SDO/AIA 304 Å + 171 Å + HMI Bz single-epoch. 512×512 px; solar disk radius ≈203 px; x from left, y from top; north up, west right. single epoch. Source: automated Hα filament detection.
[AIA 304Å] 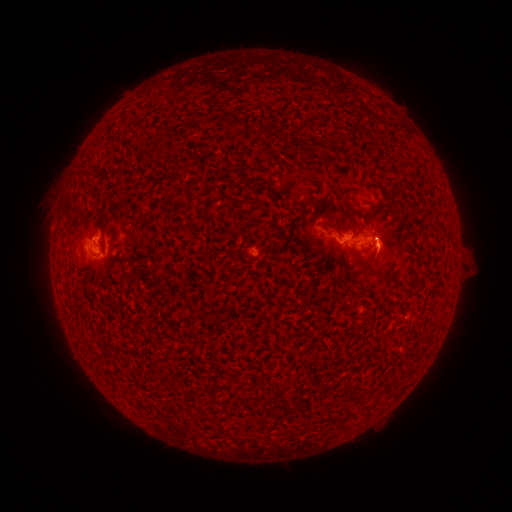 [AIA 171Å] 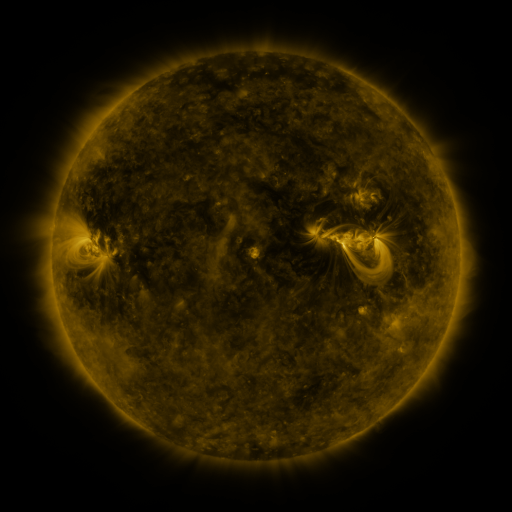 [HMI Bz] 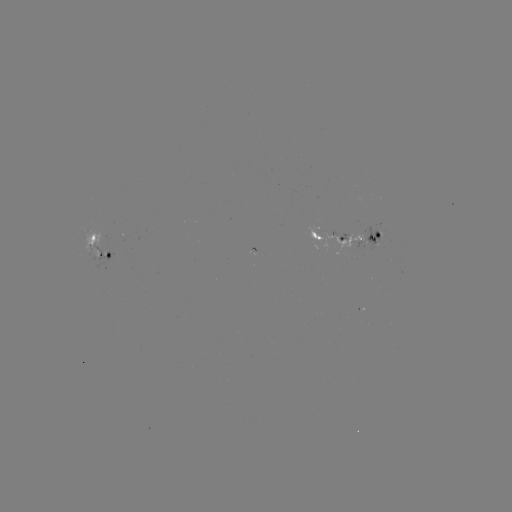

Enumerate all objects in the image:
filament: (264, 131)
filament: (158, 143)
filament: (103, 218)
filament: (76, 296)
